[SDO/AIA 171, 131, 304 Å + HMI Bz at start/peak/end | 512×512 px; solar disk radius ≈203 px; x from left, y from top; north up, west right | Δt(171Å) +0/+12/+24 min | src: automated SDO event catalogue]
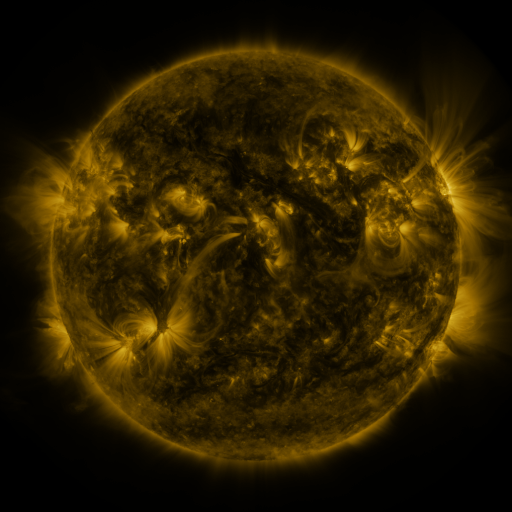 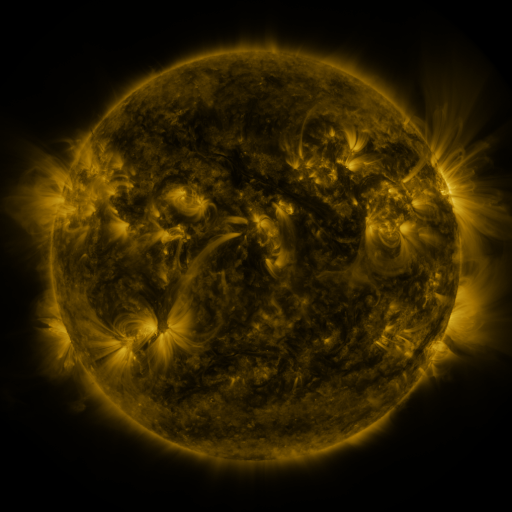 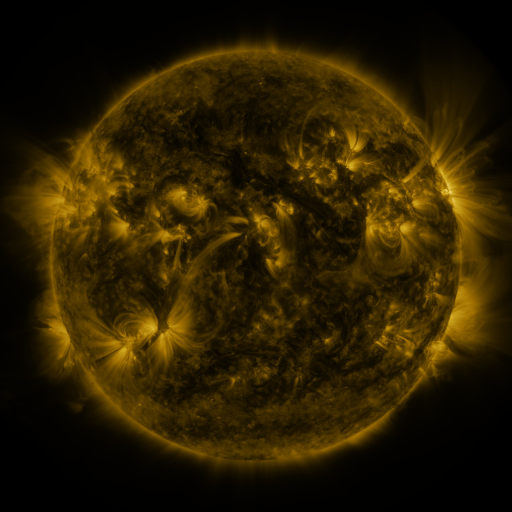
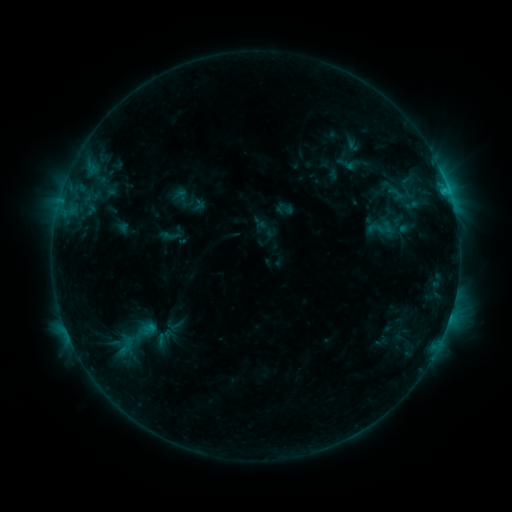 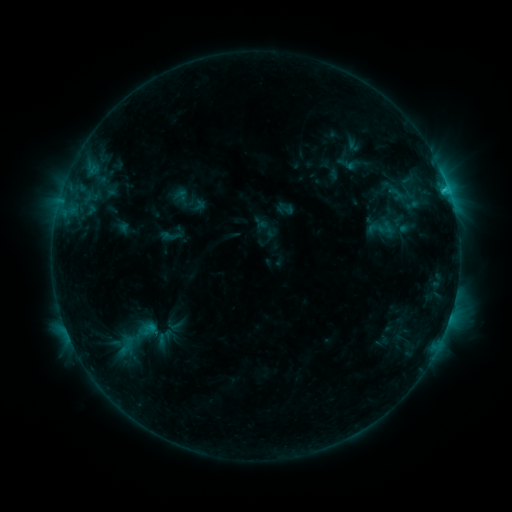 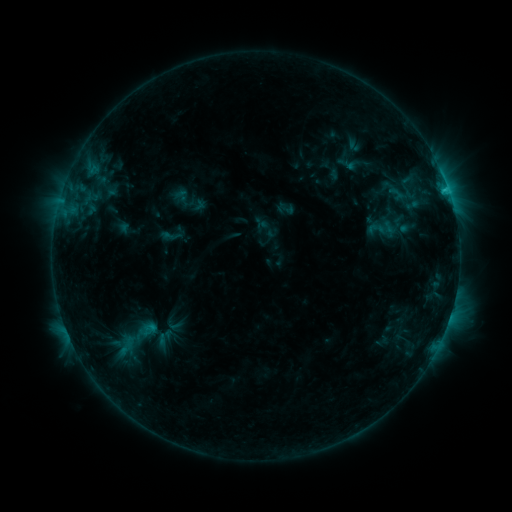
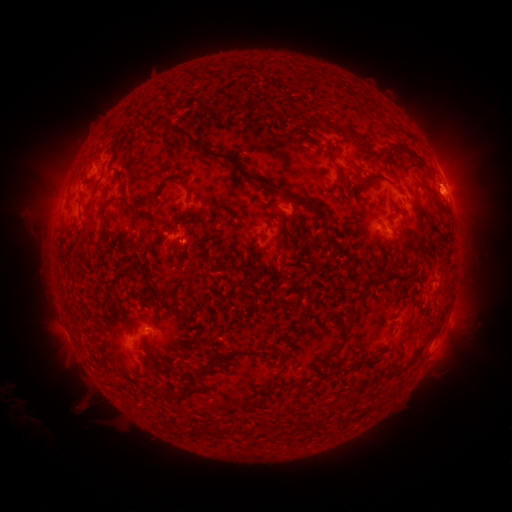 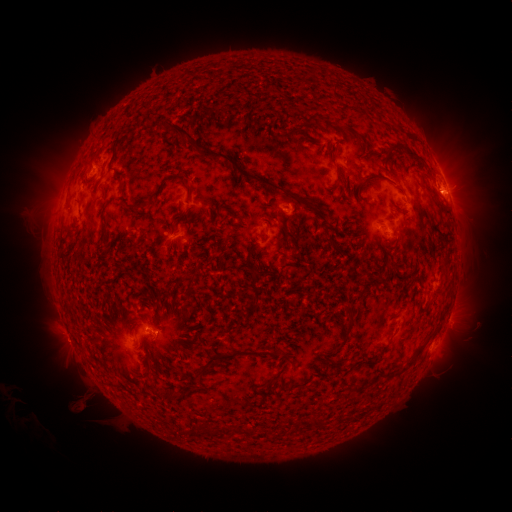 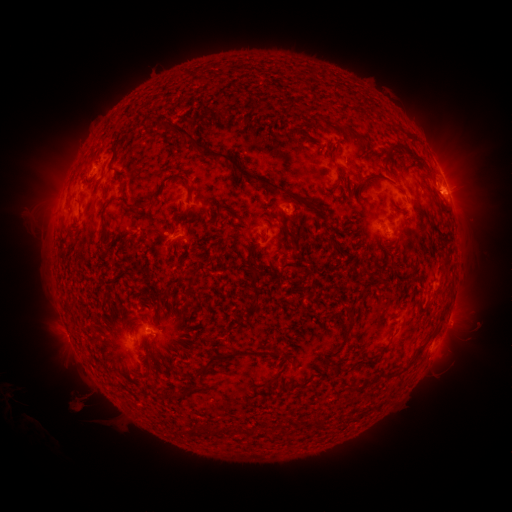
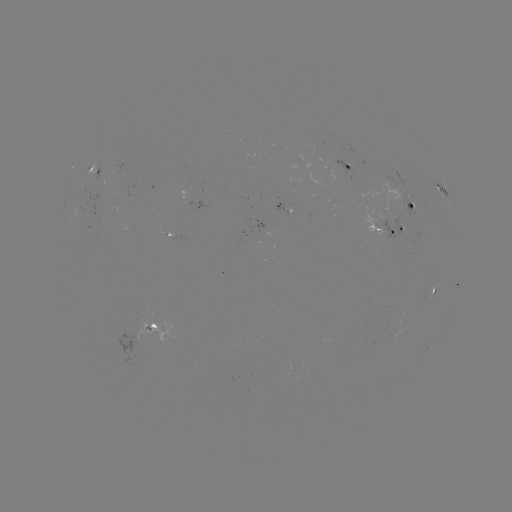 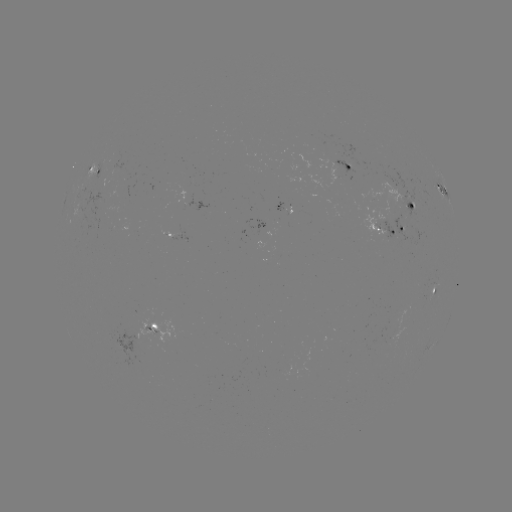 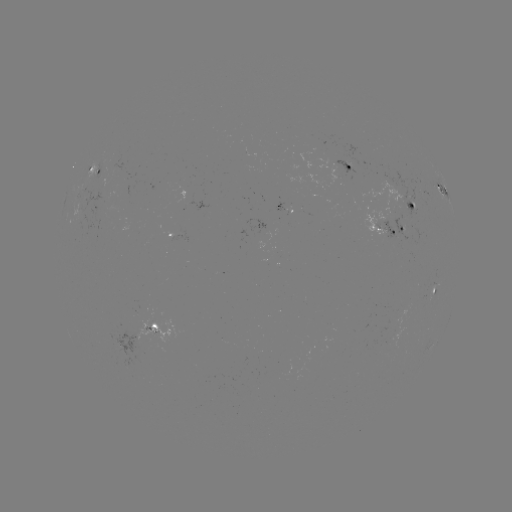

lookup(C1.3 flare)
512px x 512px [445, 191]